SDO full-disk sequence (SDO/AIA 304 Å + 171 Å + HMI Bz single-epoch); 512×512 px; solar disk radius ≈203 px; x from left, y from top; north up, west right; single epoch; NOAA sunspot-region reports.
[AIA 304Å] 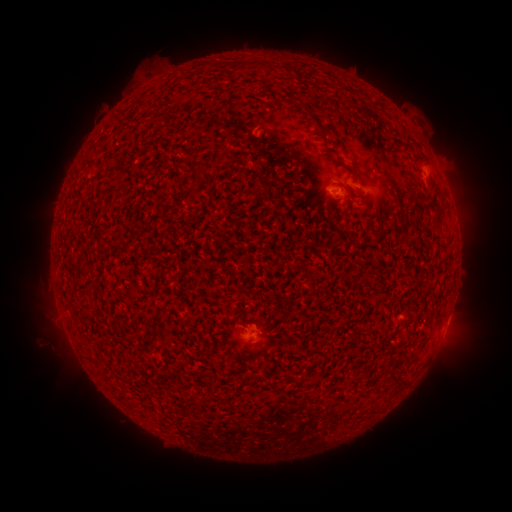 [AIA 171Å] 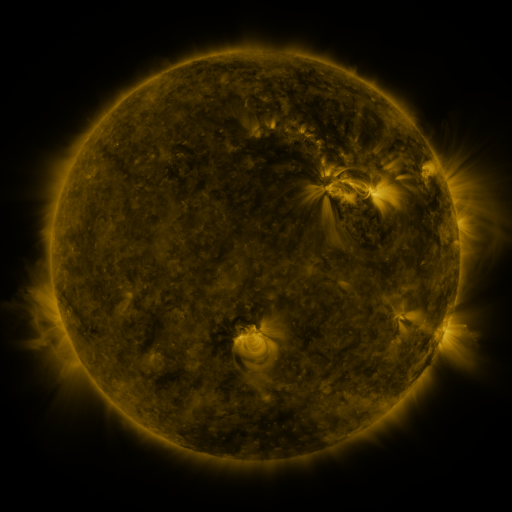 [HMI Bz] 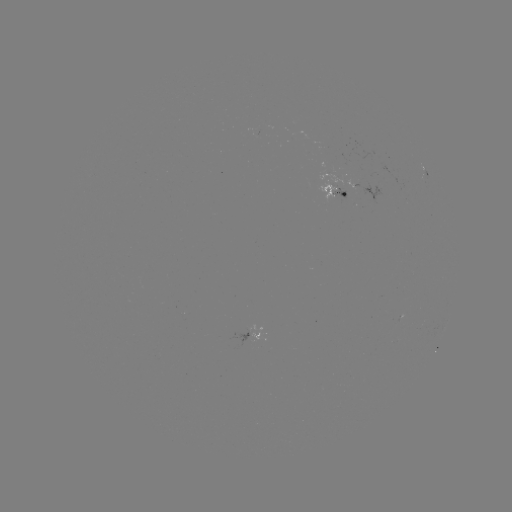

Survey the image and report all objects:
spotted active region: (423, 166)
spotted active region: (330, 184)
spotted active region: (252, 335)
